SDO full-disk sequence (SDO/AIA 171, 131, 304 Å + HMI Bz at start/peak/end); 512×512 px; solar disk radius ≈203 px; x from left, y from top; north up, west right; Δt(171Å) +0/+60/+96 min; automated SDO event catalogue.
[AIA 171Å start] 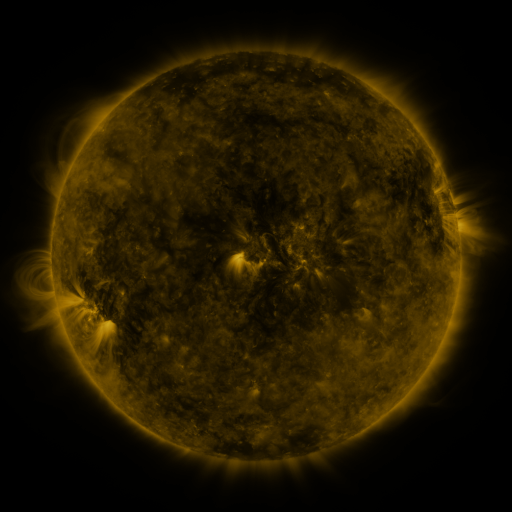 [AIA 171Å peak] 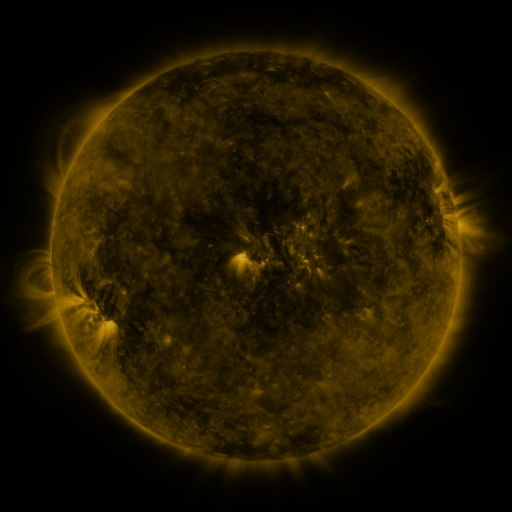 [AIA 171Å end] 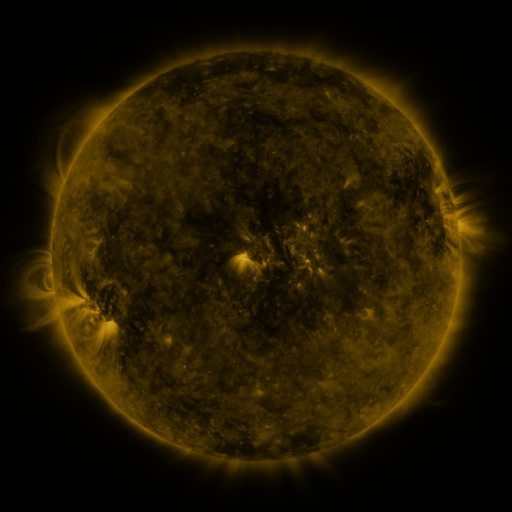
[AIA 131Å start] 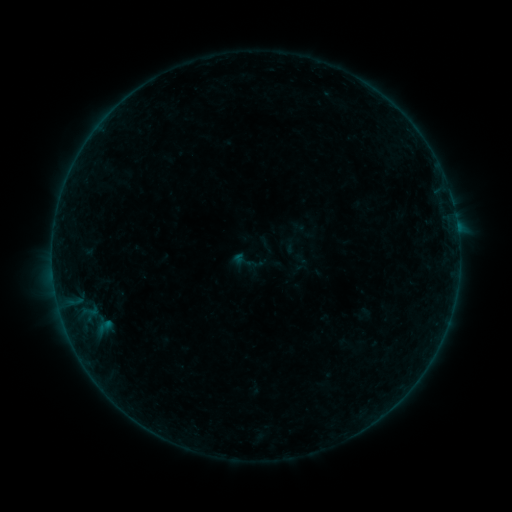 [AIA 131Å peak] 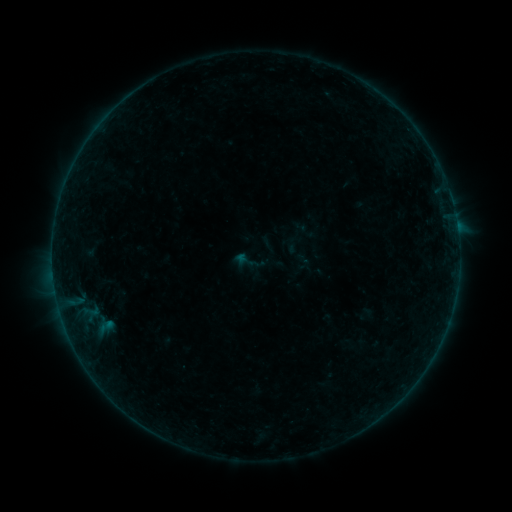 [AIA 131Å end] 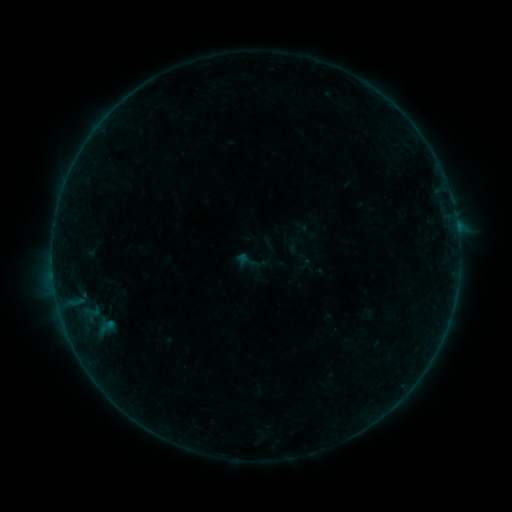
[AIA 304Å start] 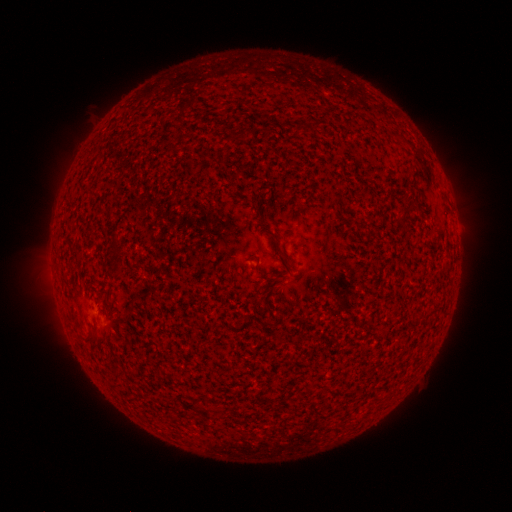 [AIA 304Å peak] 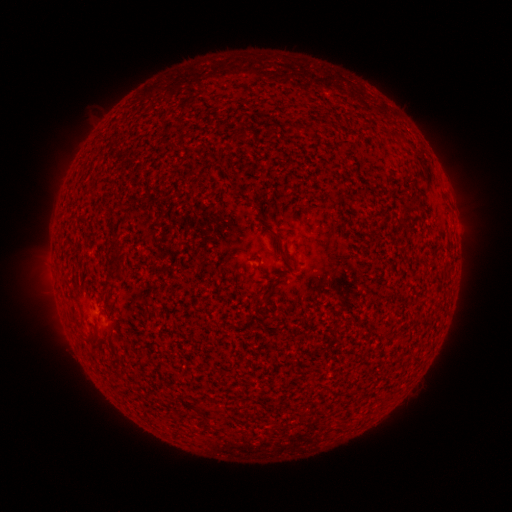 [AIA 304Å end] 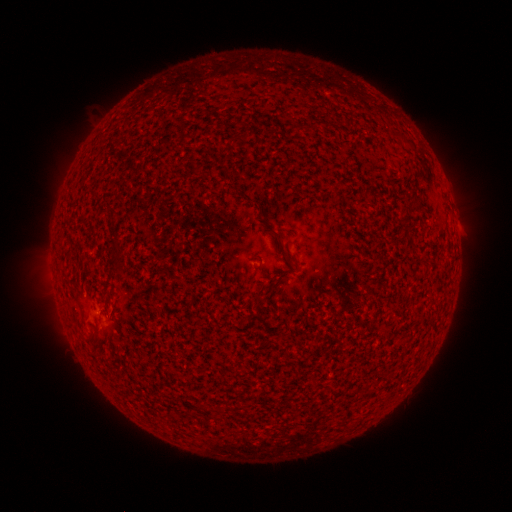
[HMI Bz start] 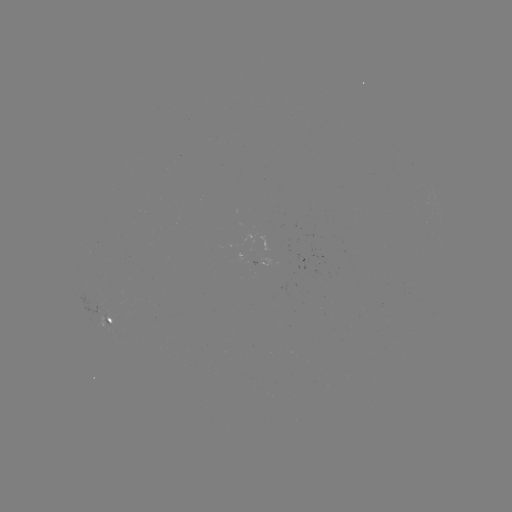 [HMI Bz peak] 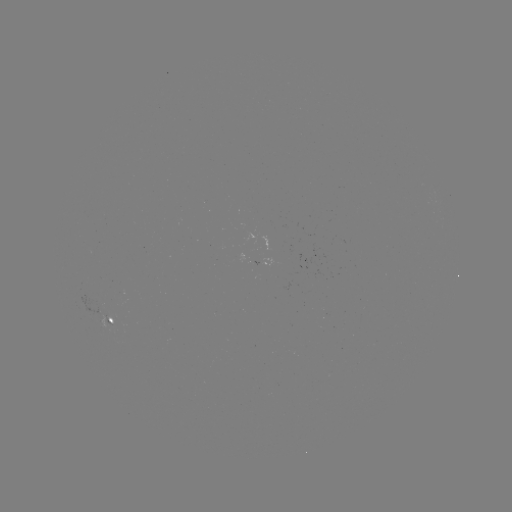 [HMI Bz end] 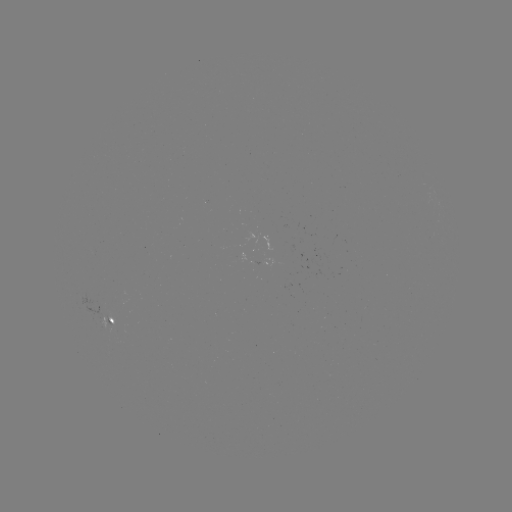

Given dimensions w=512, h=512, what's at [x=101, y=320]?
emerging-flux region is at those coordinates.